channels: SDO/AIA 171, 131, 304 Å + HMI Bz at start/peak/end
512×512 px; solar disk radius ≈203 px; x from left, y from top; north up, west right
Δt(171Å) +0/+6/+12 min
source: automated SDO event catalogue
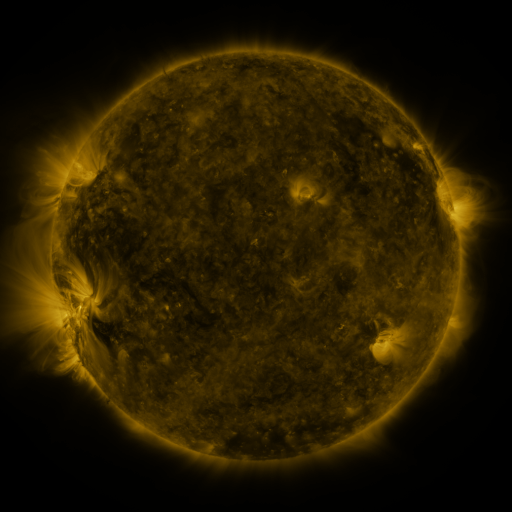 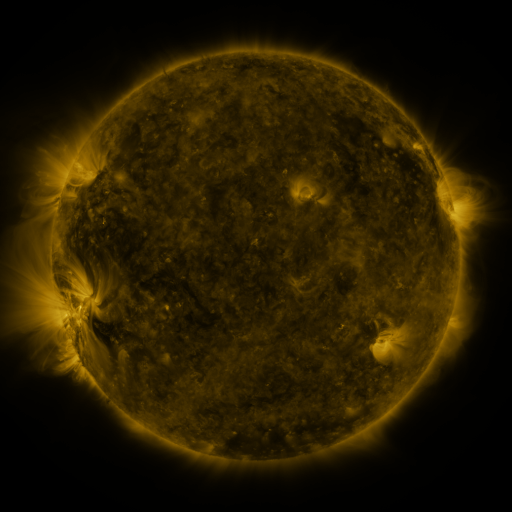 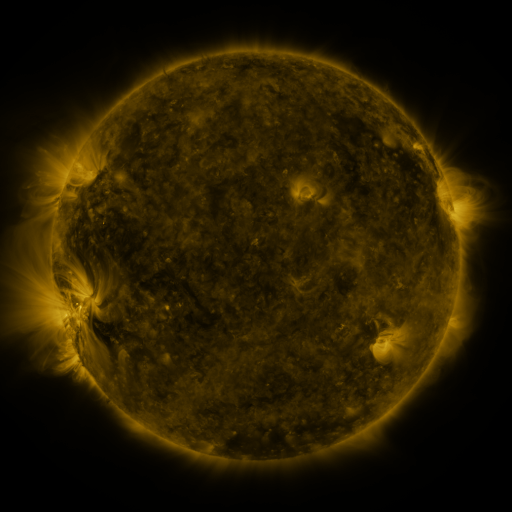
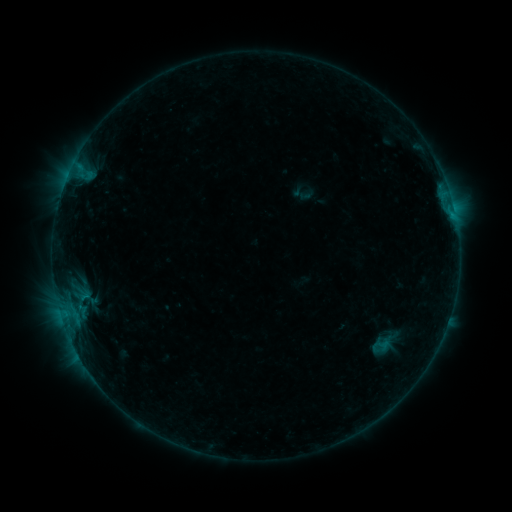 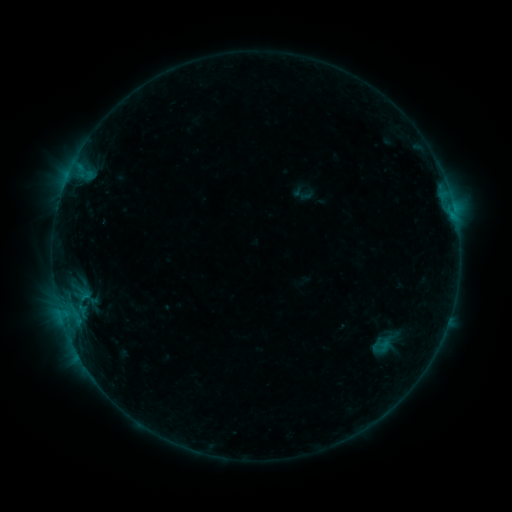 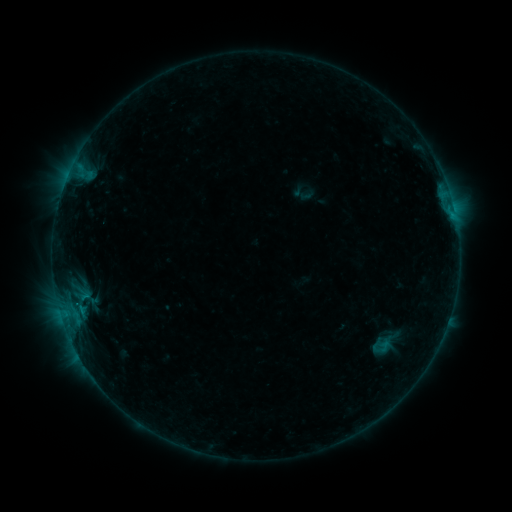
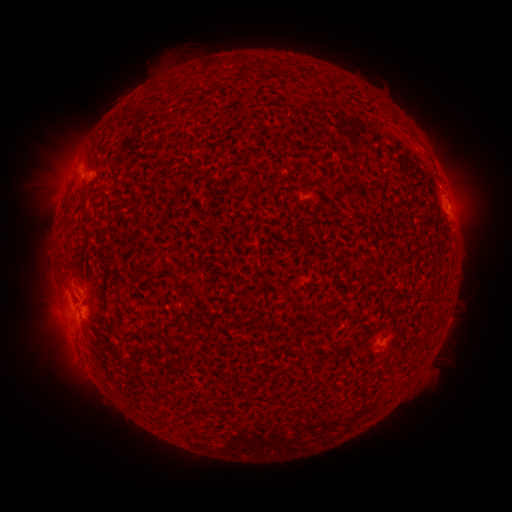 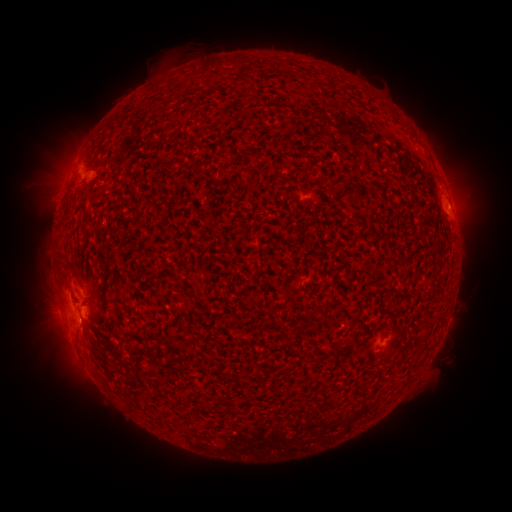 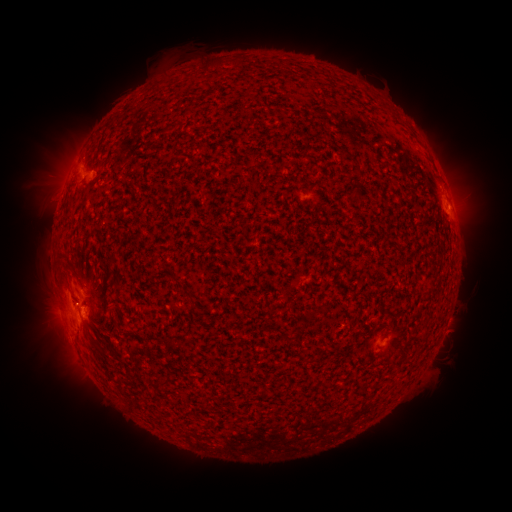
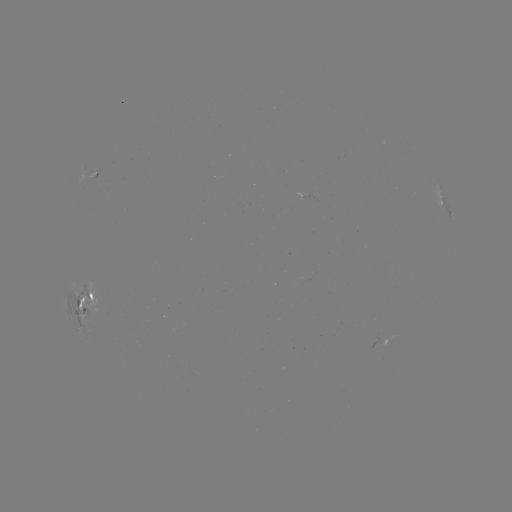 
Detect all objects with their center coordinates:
B5.7 flare: (91, 178)
